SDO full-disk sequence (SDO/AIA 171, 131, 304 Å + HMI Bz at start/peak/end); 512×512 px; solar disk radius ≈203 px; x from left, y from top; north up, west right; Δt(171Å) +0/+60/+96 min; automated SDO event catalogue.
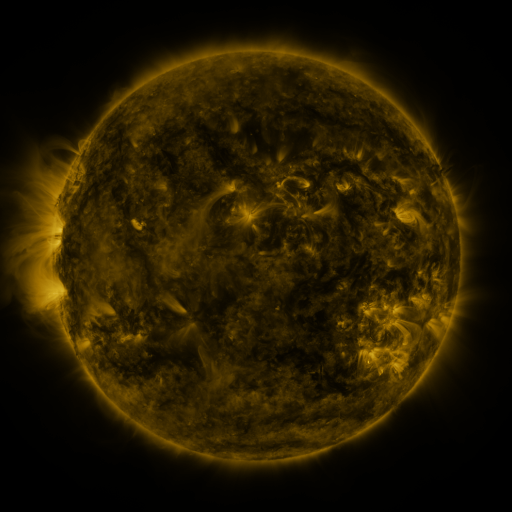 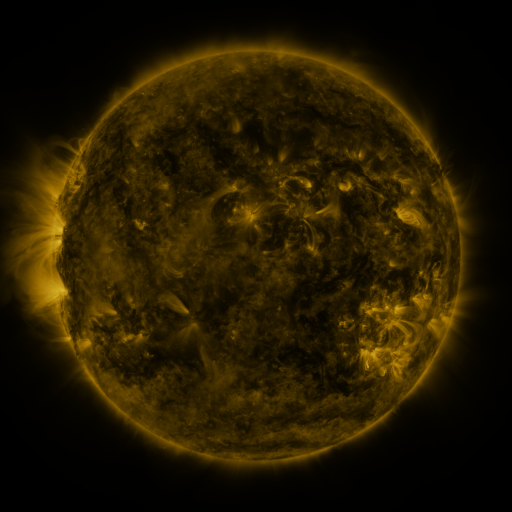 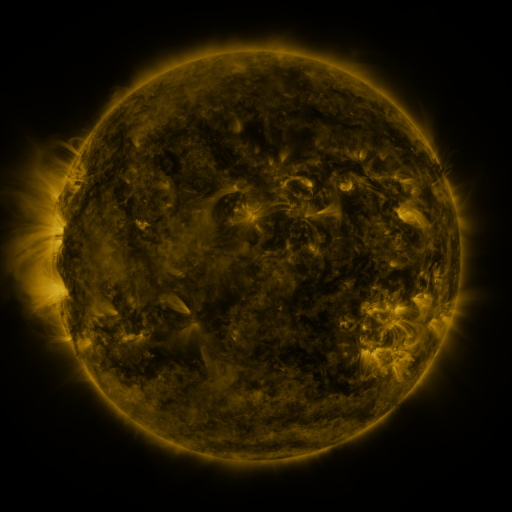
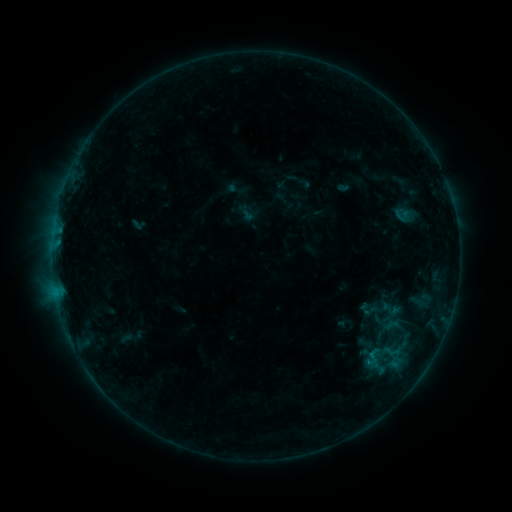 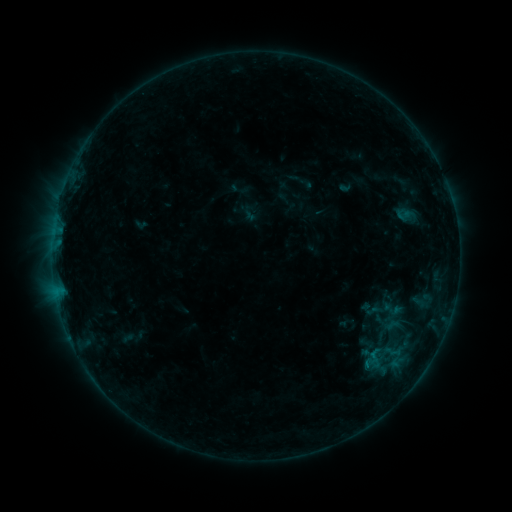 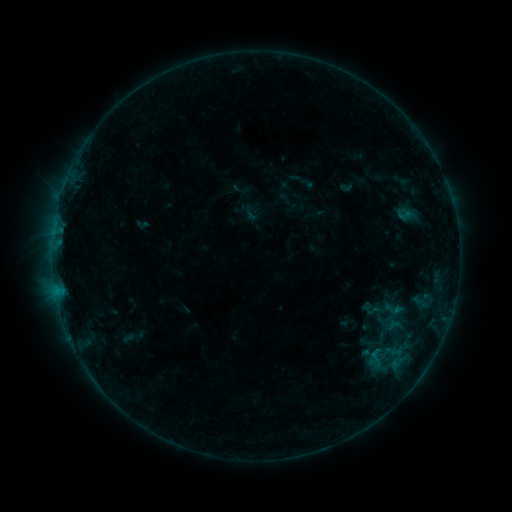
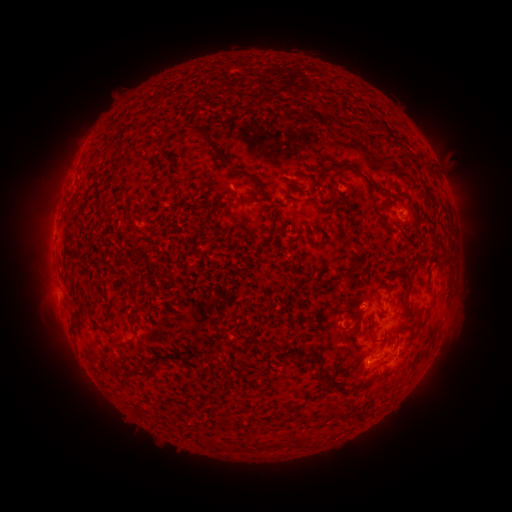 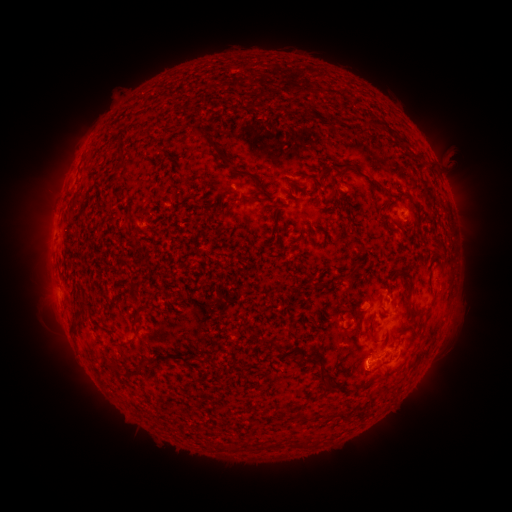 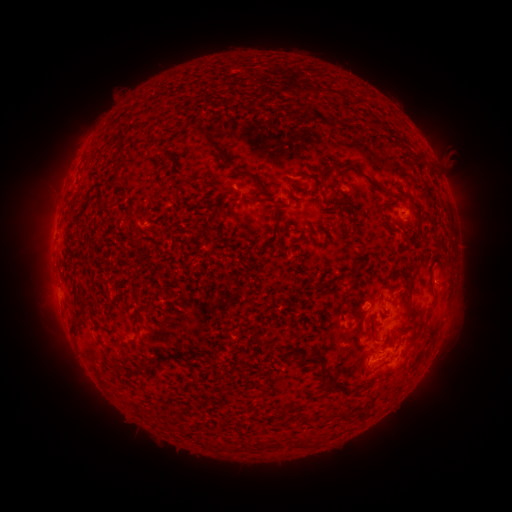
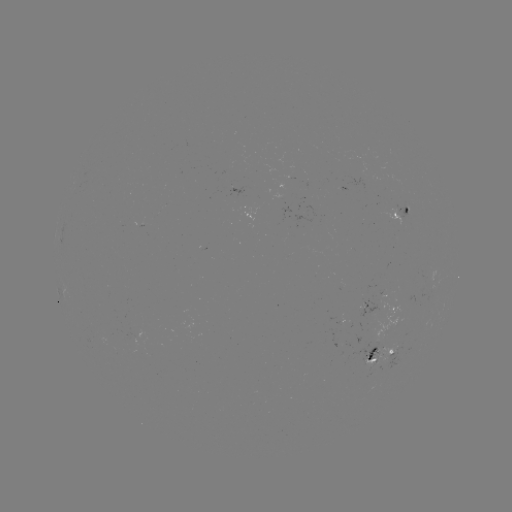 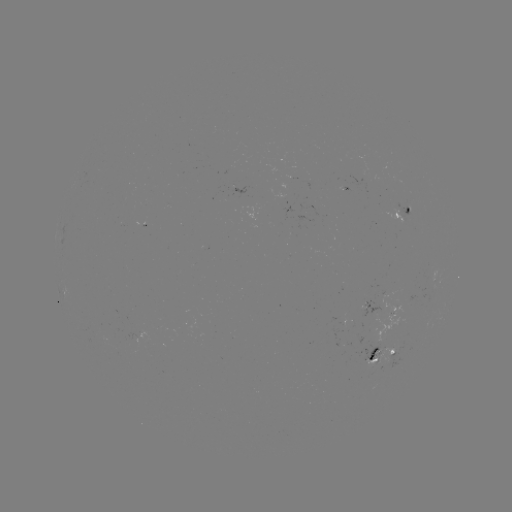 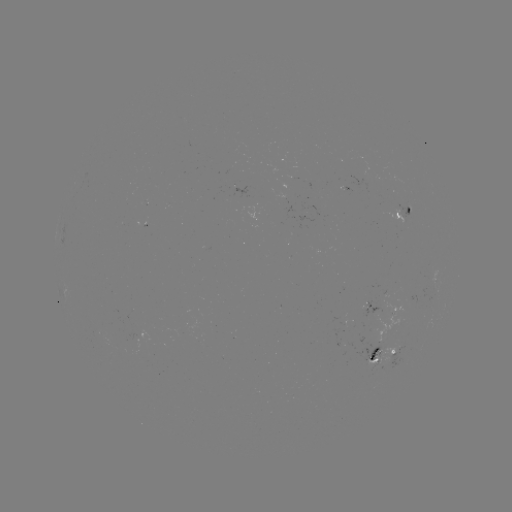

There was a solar emerging-flux region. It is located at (350, 183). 